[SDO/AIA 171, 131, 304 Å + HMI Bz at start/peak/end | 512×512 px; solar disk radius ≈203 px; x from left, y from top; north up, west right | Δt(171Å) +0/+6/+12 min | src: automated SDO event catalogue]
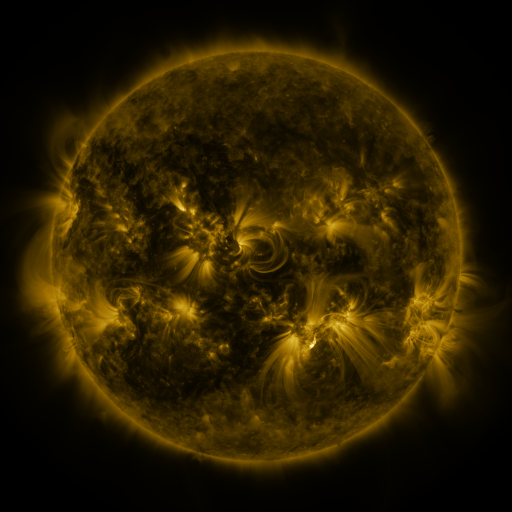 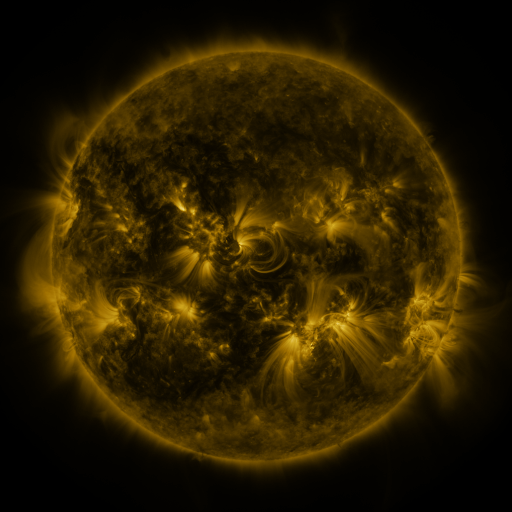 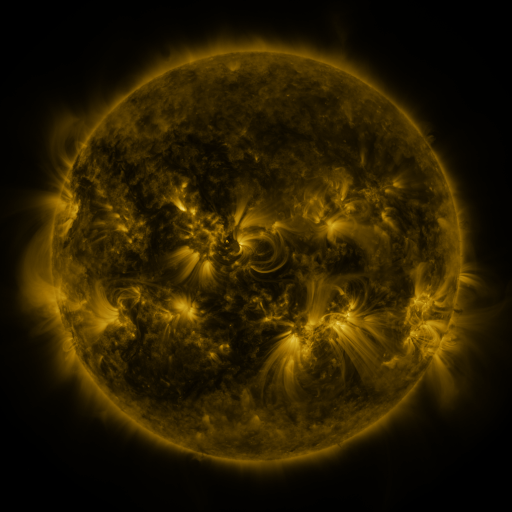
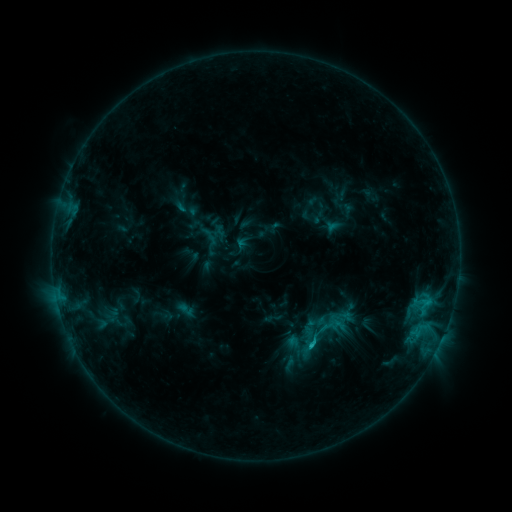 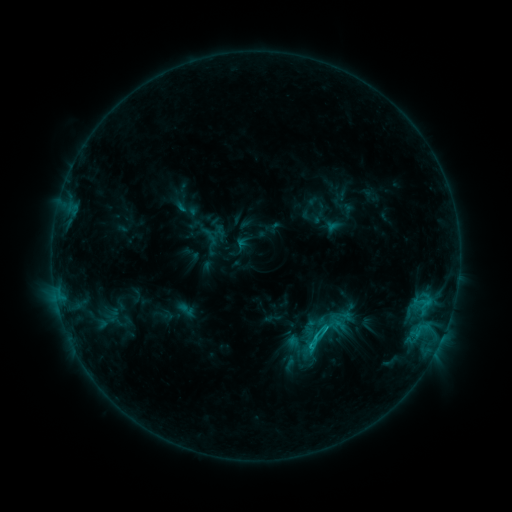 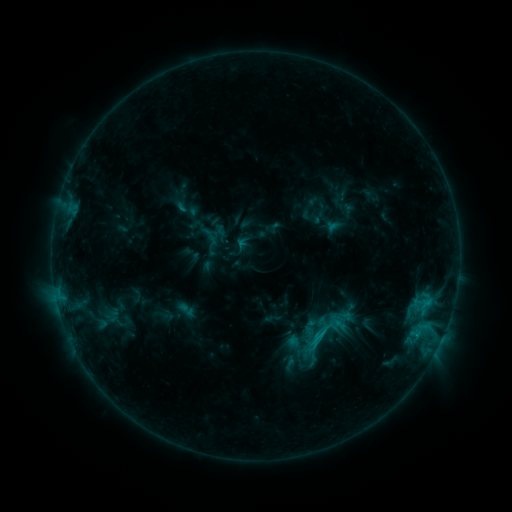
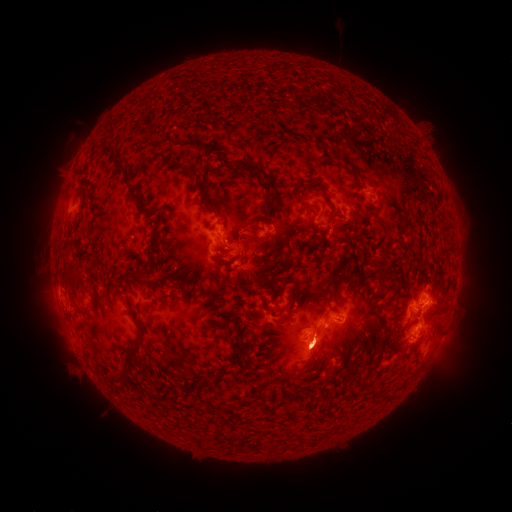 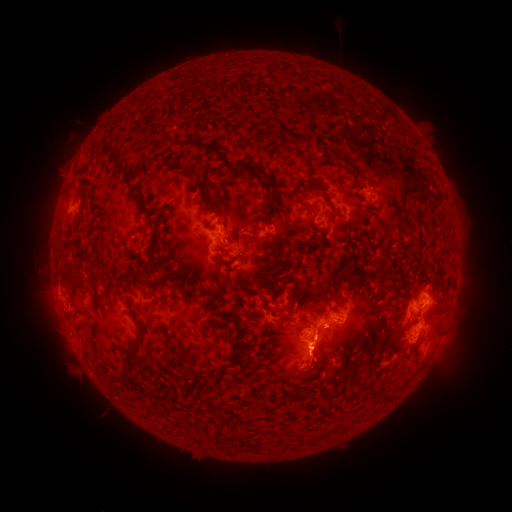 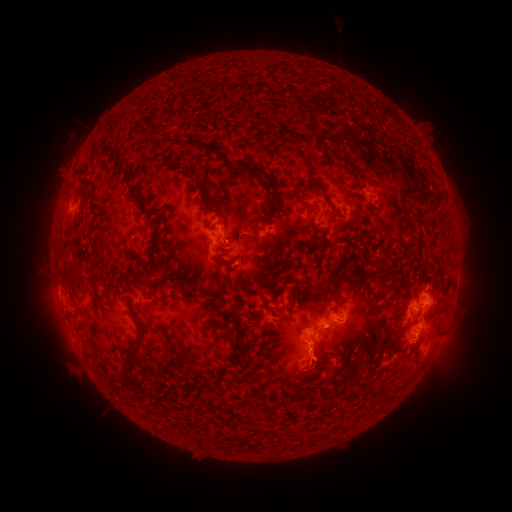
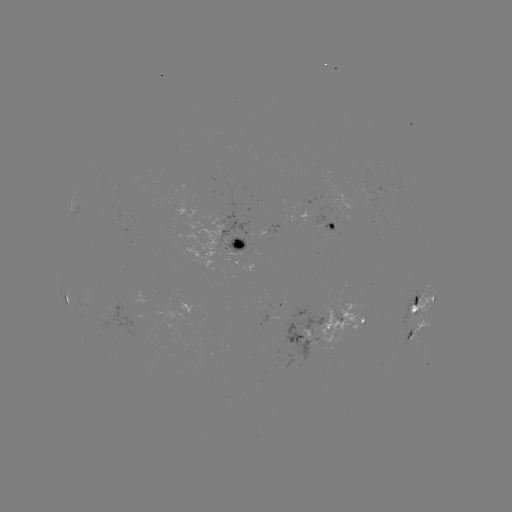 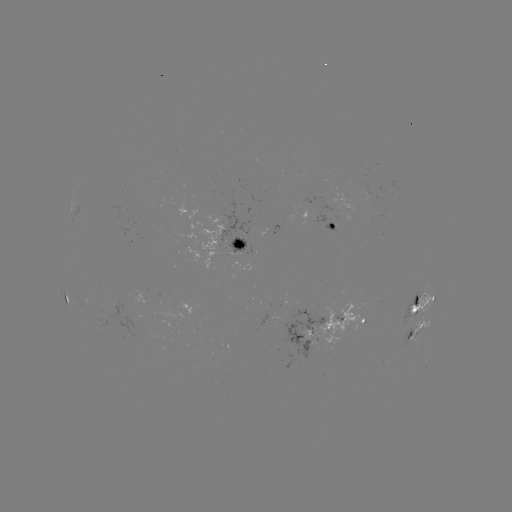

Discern C1.8 flare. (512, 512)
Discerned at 310,343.